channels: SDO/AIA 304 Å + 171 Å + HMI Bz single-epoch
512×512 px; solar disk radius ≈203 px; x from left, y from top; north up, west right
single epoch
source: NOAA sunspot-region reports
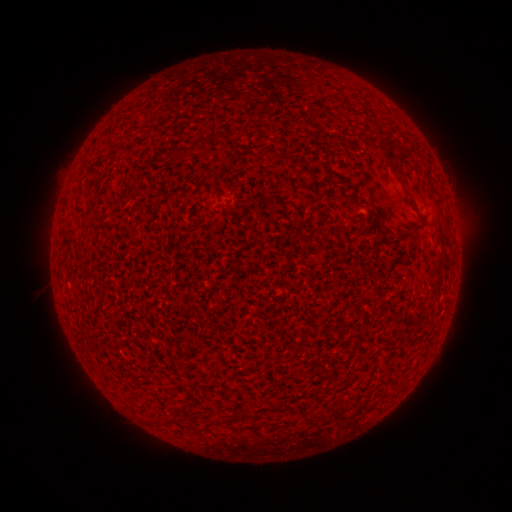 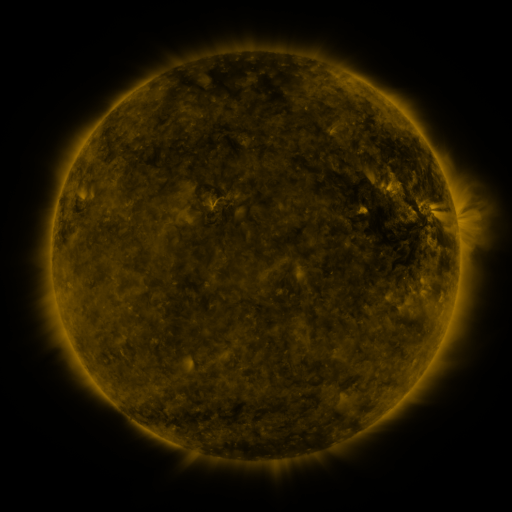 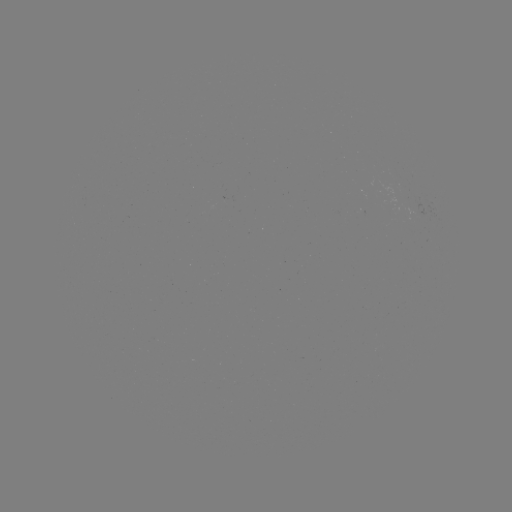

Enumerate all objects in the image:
(none)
